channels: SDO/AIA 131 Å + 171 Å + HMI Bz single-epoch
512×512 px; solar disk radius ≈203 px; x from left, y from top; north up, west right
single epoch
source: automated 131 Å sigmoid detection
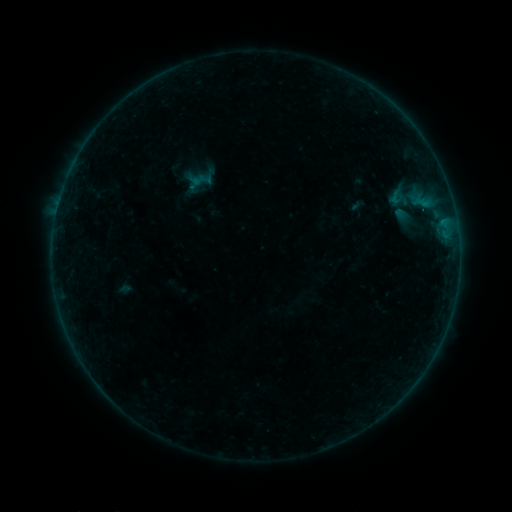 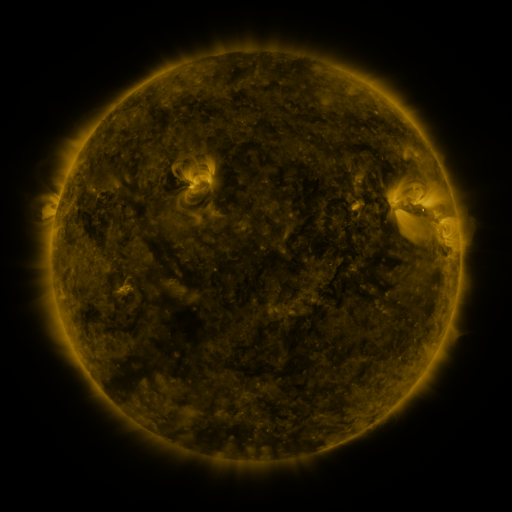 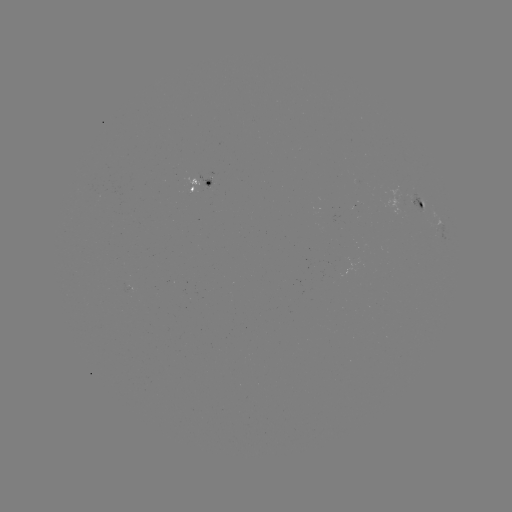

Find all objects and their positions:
sigmoid: (400, 199)
